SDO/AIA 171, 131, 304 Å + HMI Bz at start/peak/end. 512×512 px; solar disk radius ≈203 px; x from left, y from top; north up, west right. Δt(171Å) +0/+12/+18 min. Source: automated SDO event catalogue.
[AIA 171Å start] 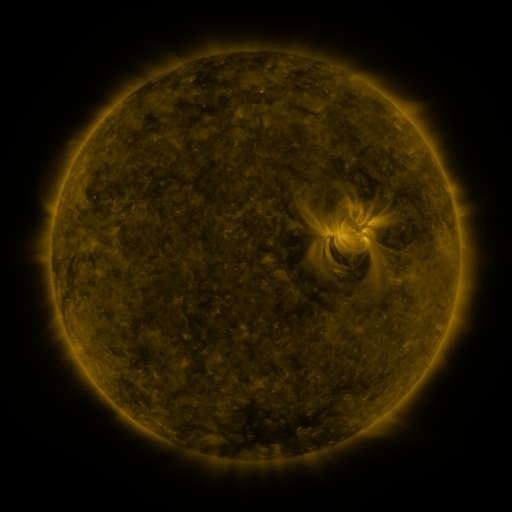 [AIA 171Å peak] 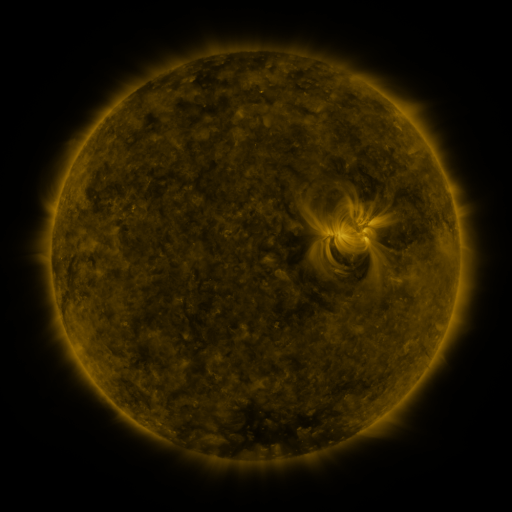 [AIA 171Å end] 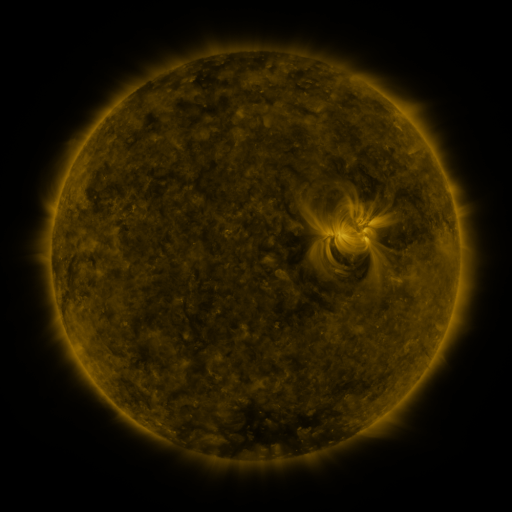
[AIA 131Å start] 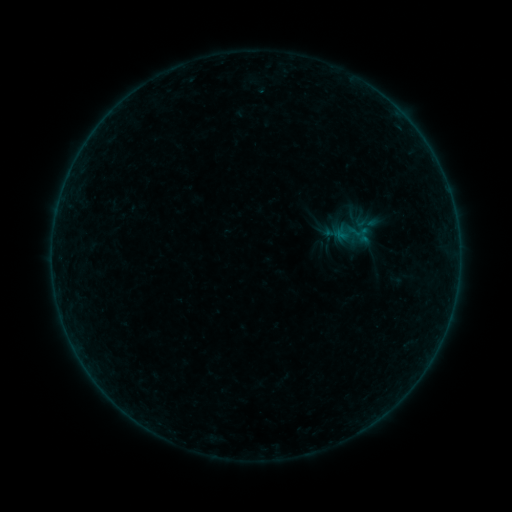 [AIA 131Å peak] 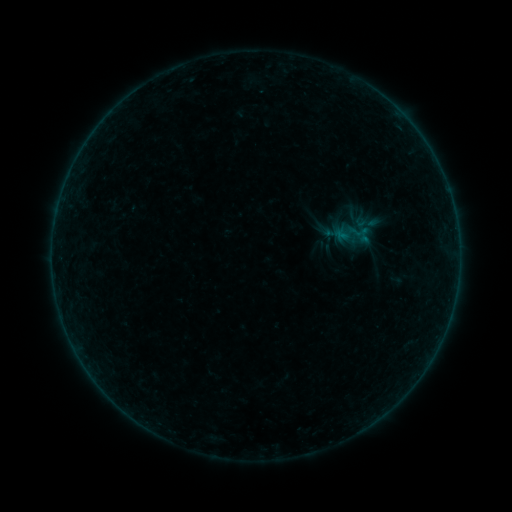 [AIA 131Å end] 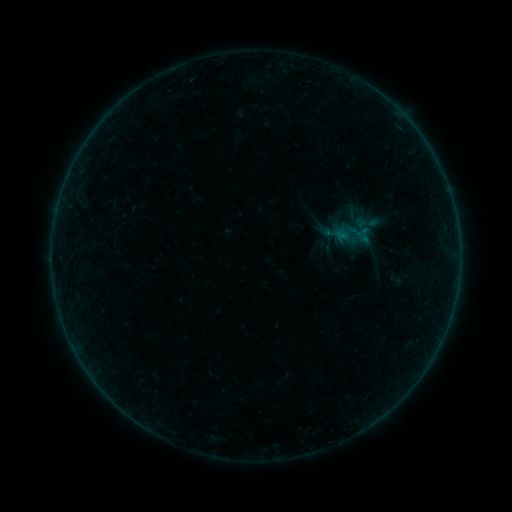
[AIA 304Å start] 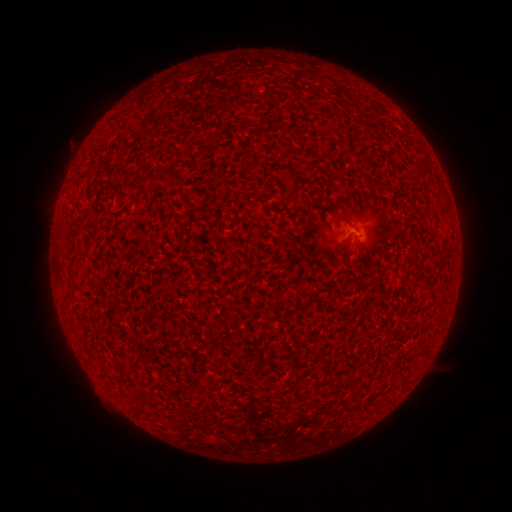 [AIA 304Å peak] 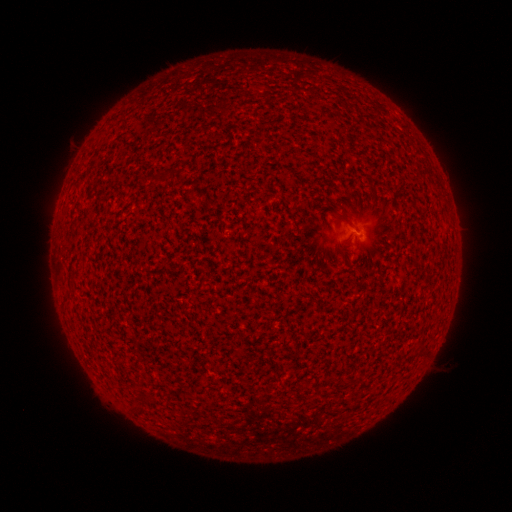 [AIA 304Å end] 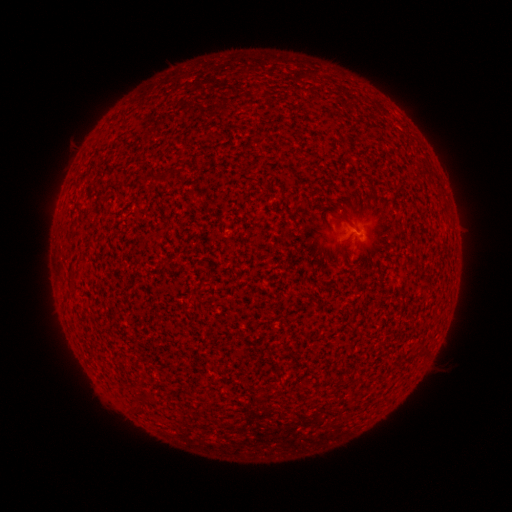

nothing was catalogued: no classed flare, no EUV trigger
